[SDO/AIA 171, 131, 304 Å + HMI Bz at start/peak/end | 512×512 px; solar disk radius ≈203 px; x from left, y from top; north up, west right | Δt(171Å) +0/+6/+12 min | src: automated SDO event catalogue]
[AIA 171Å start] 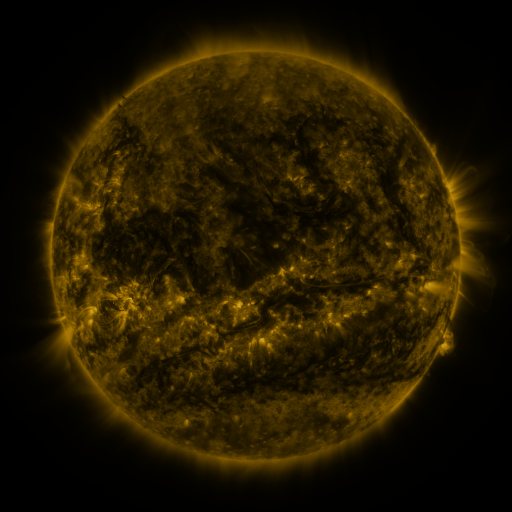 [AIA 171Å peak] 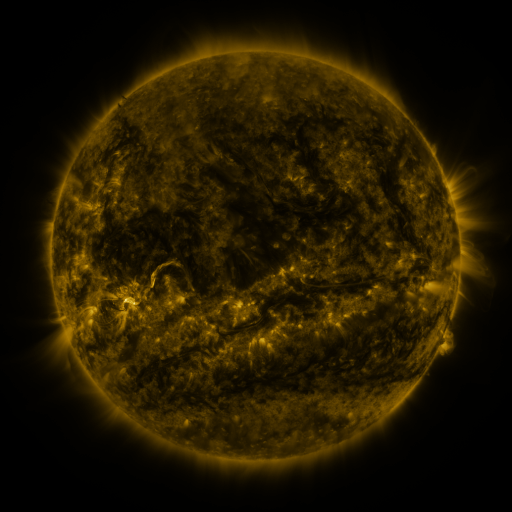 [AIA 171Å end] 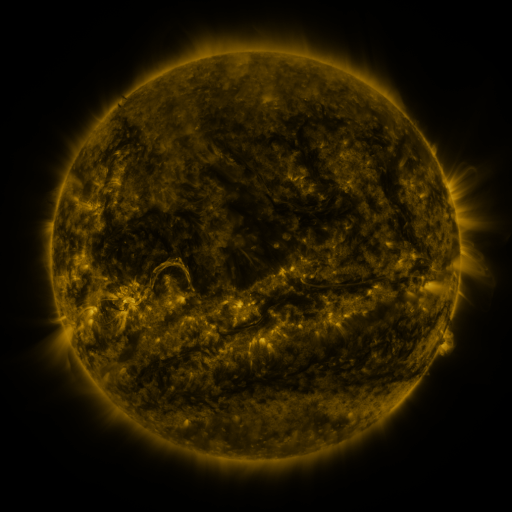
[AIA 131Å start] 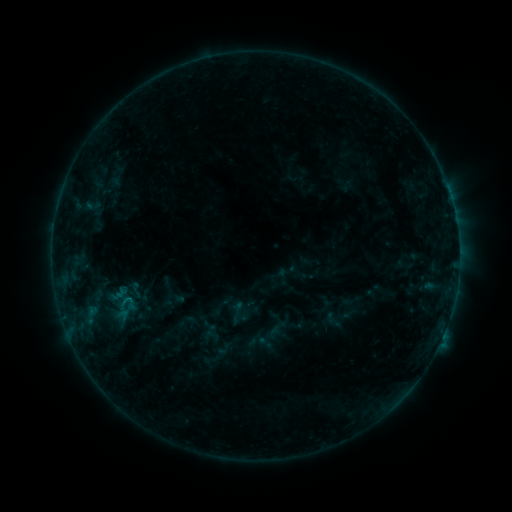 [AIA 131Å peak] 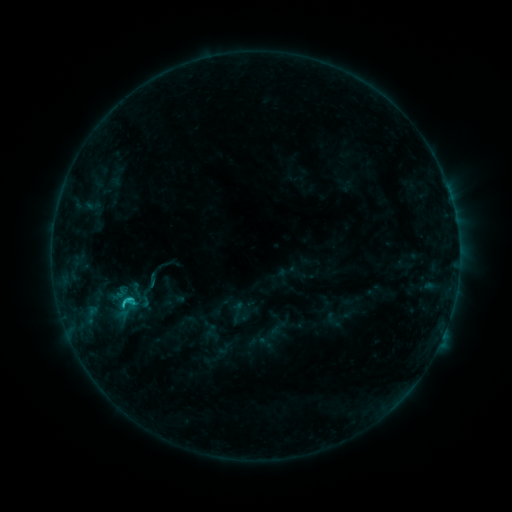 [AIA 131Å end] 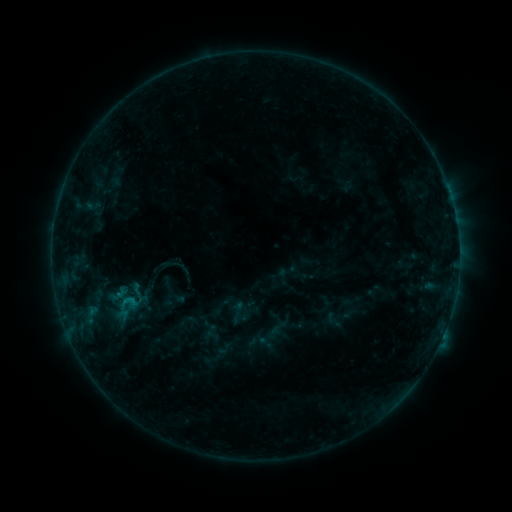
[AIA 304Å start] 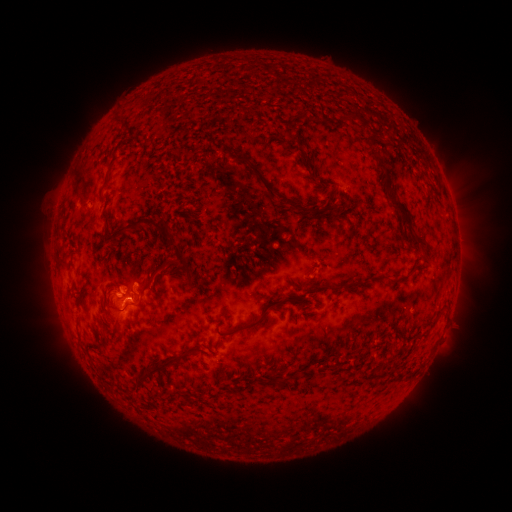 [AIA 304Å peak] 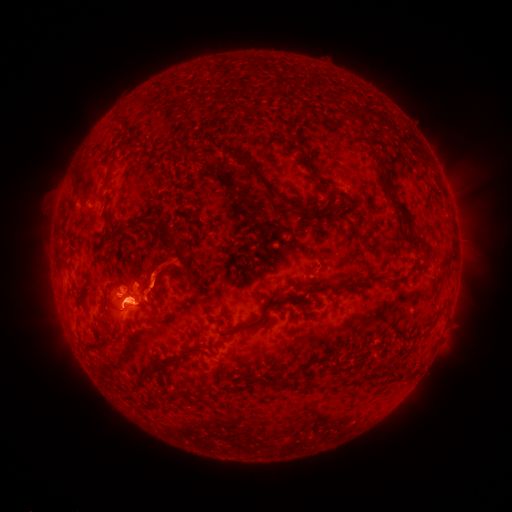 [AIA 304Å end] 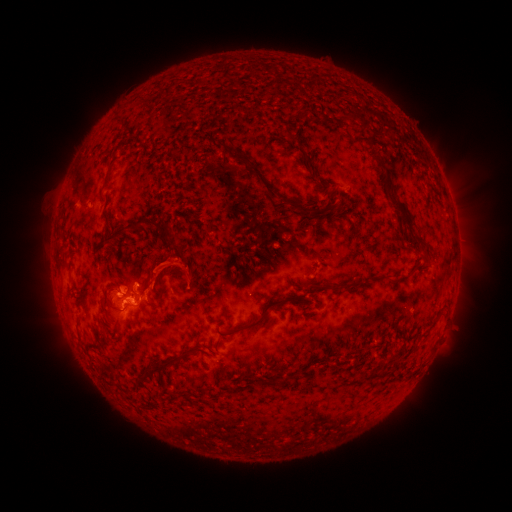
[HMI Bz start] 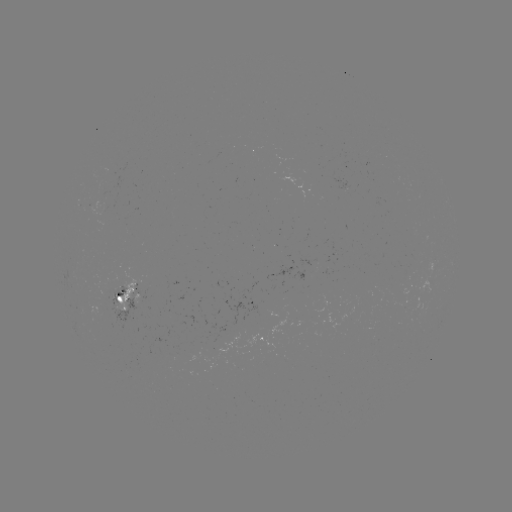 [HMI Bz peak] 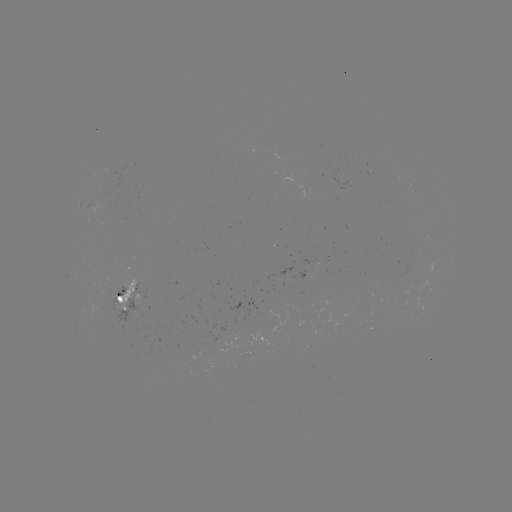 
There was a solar flare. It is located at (128, 296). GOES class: C1.3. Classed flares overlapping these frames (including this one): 1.